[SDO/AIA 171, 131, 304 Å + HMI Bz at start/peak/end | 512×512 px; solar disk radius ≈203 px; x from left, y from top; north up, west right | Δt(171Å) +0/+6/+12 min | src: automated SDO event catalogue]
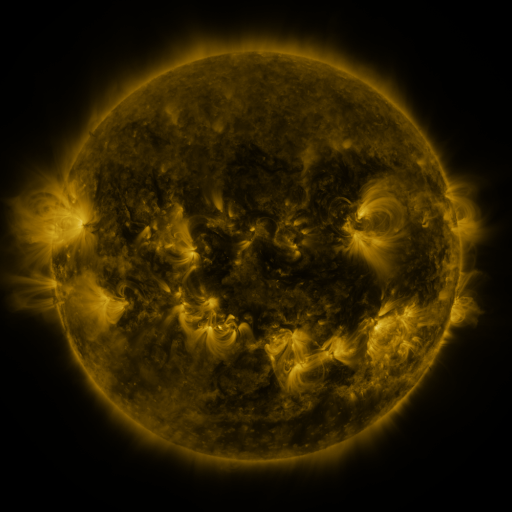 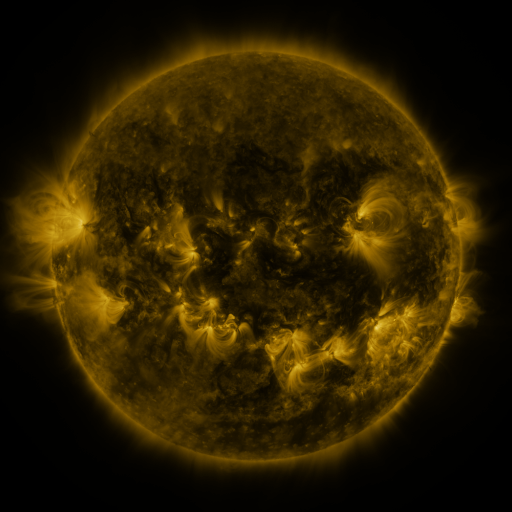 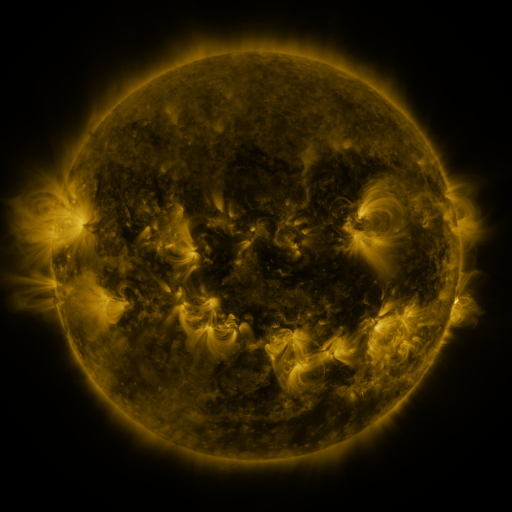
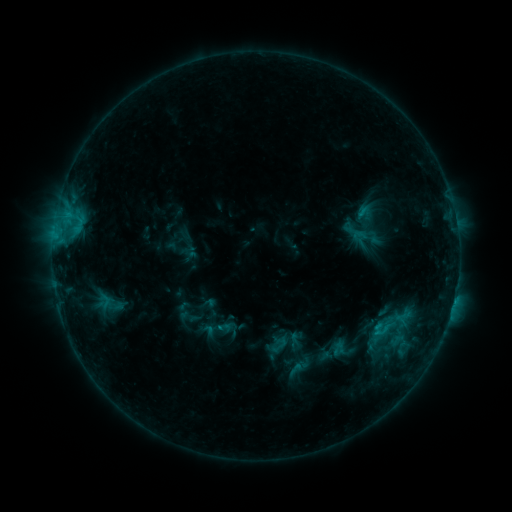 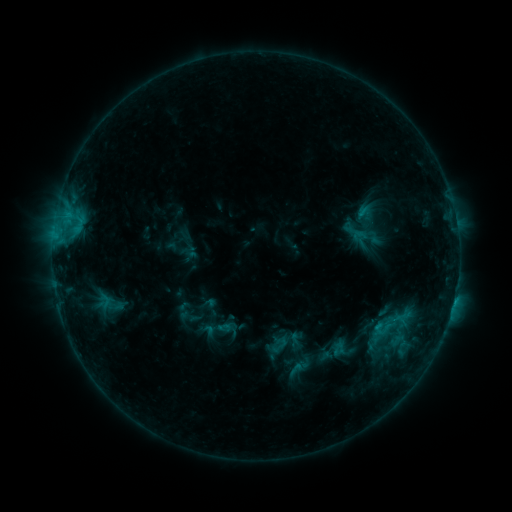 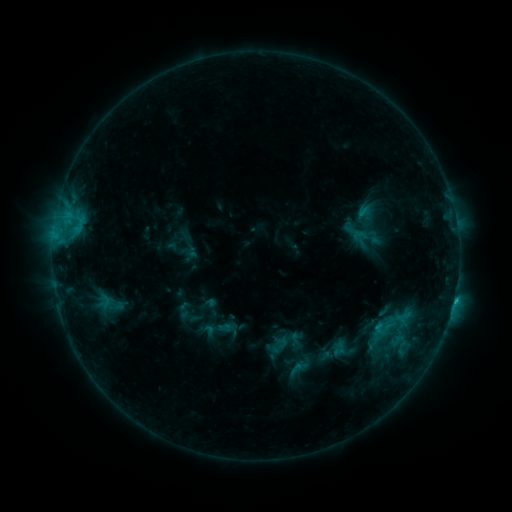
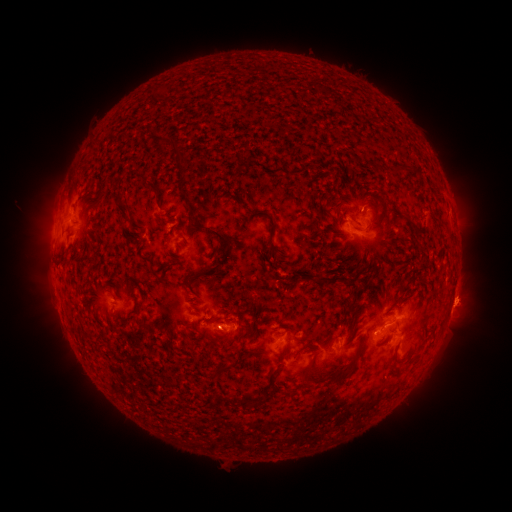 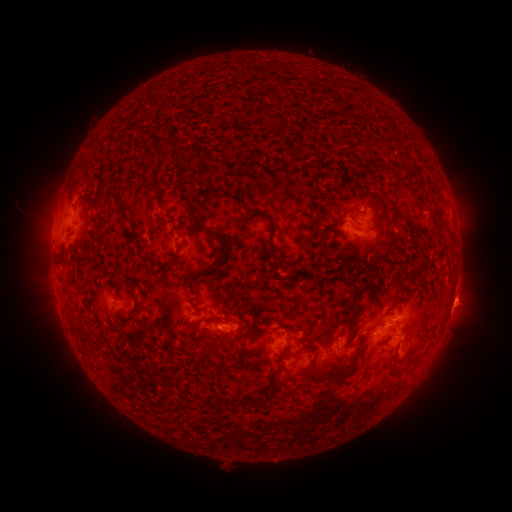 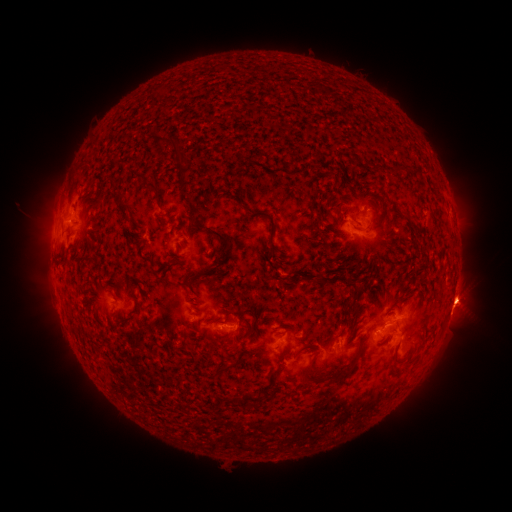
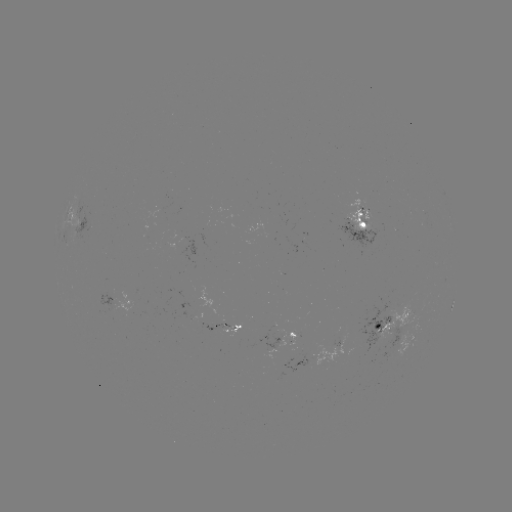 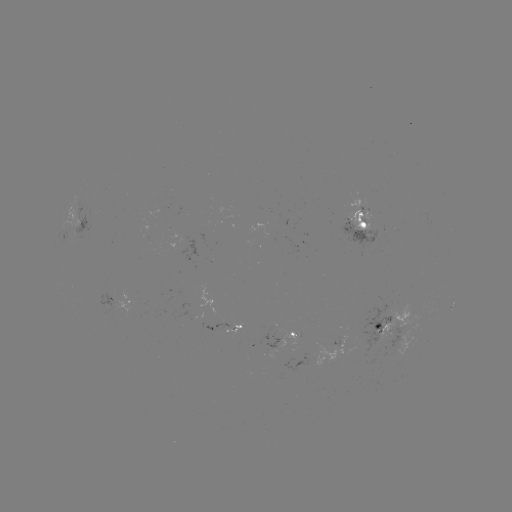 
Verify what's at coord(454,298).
C1.2 flare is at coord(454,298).